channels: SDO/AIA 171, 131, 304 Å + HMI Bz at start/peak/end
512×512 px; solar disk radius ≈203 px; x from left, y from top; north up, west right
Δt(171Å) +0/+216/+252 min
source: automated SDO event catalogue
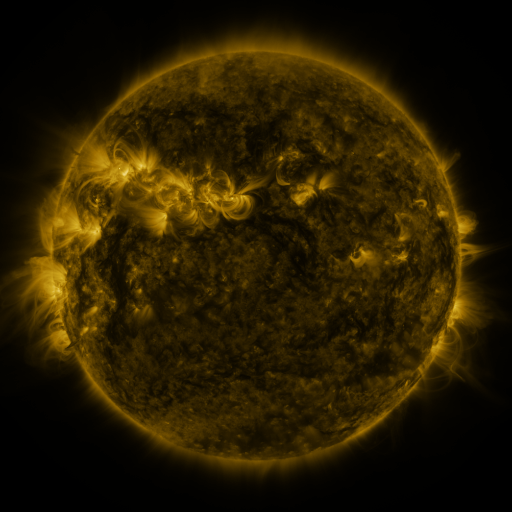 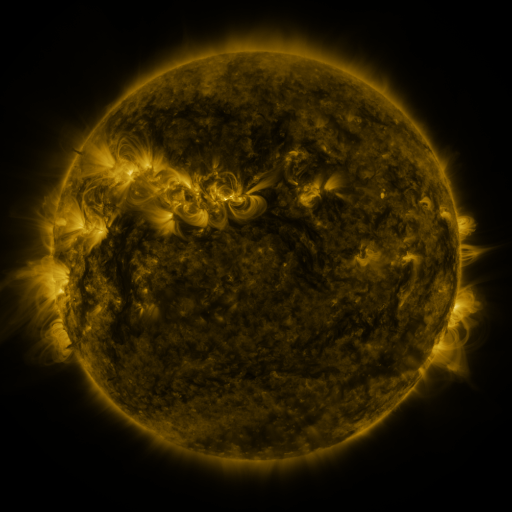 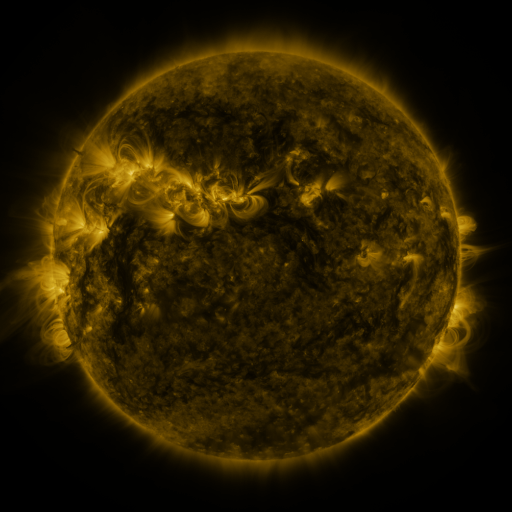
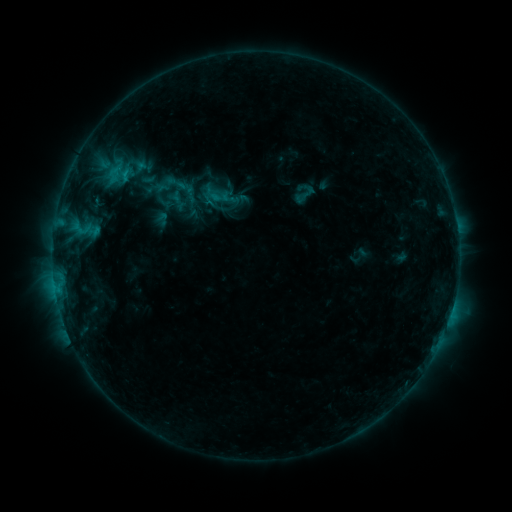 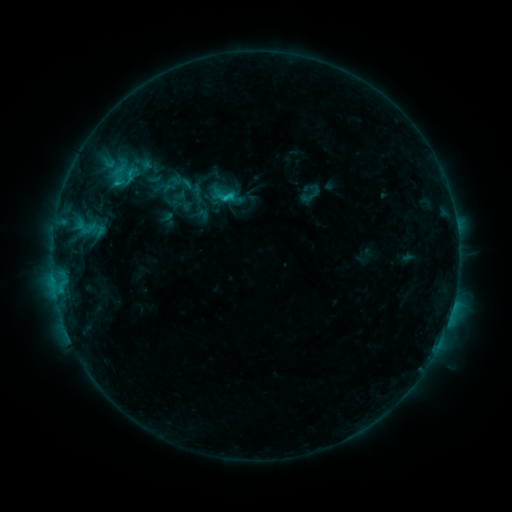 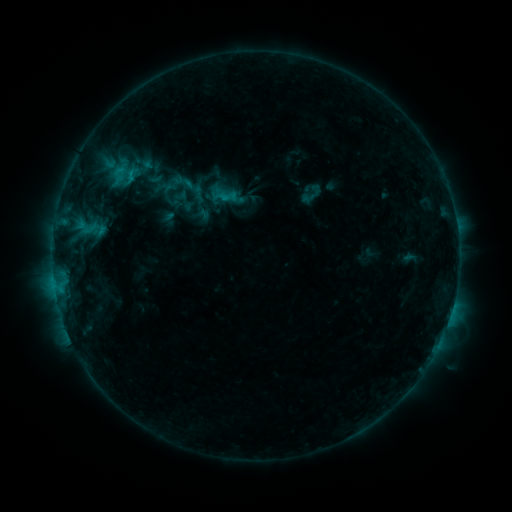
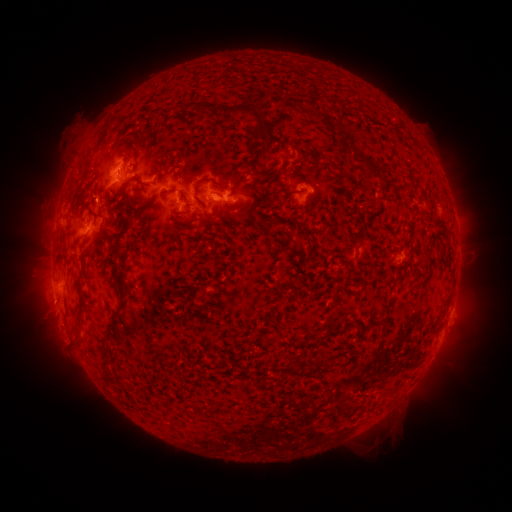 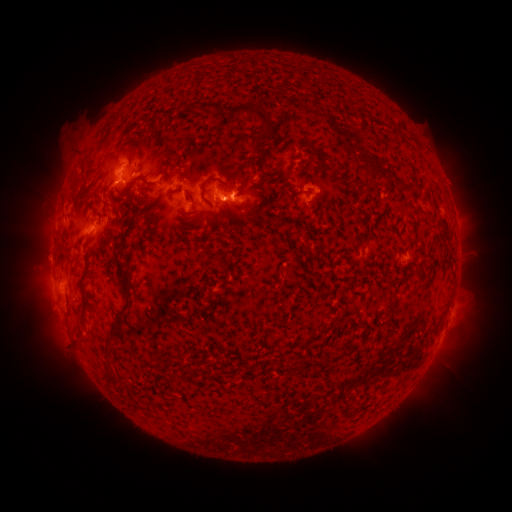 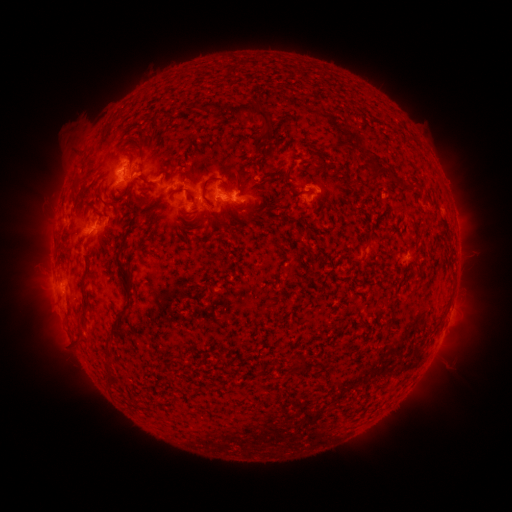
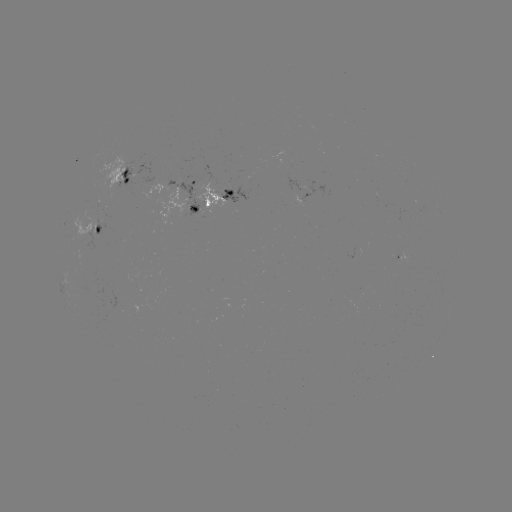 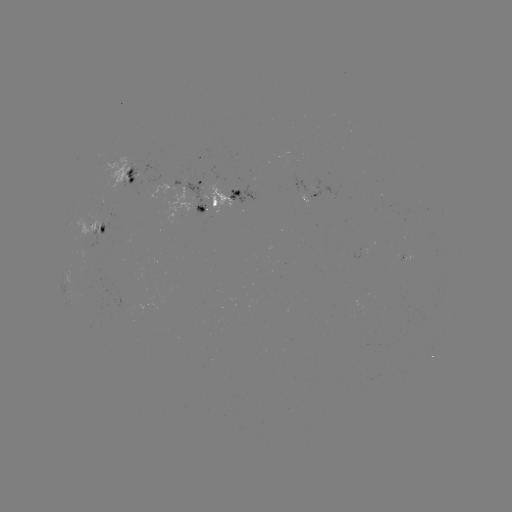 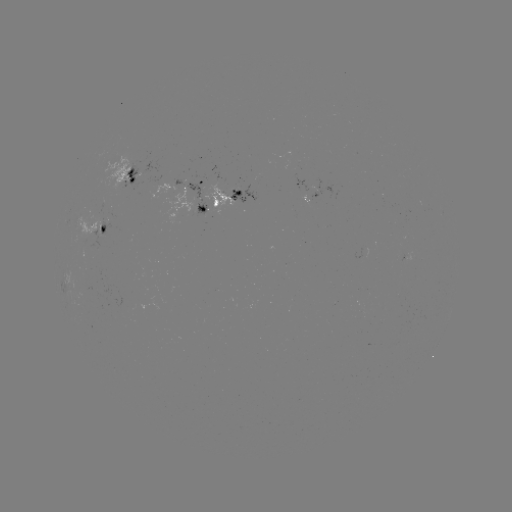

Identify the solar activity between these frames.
emerging-flux region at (92, 232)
